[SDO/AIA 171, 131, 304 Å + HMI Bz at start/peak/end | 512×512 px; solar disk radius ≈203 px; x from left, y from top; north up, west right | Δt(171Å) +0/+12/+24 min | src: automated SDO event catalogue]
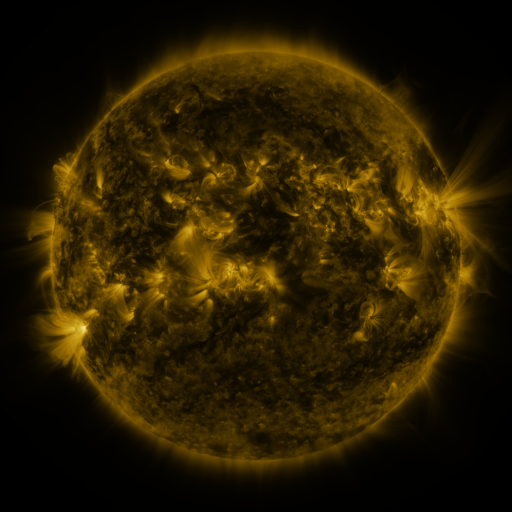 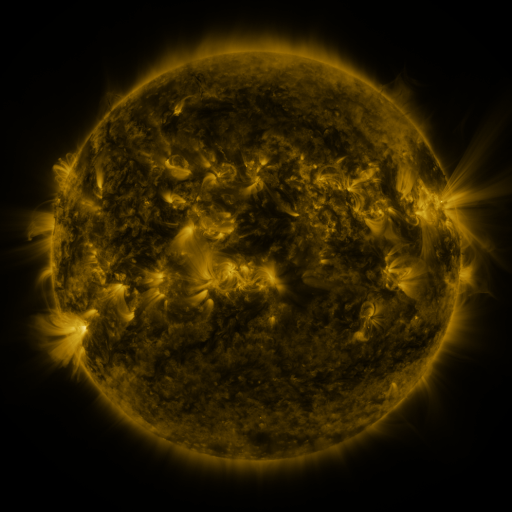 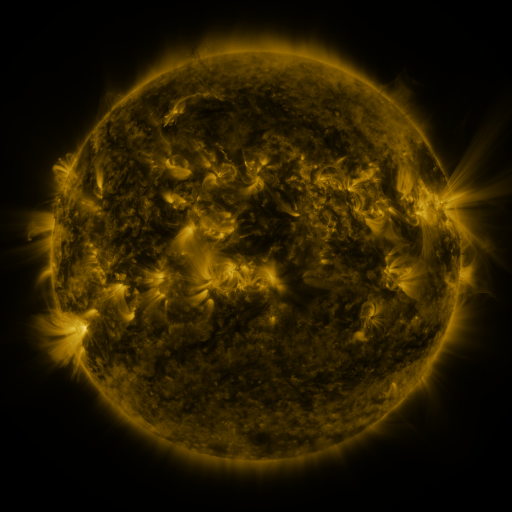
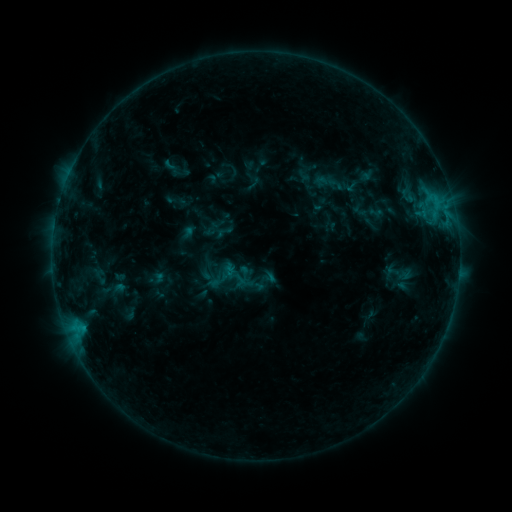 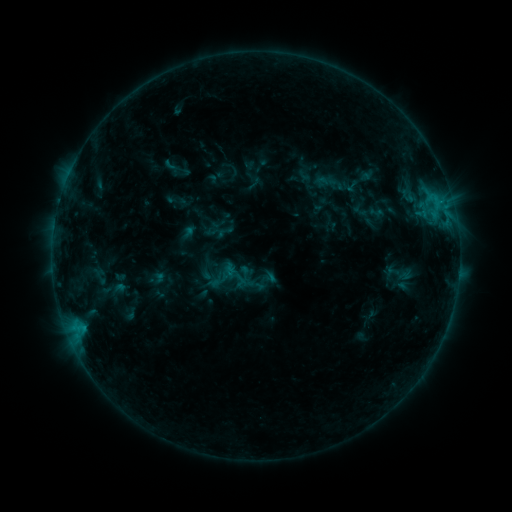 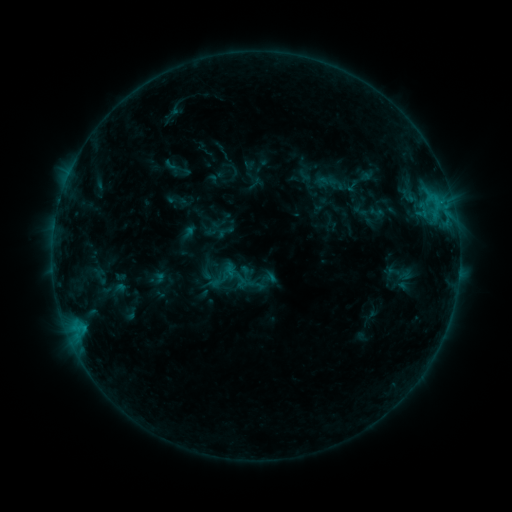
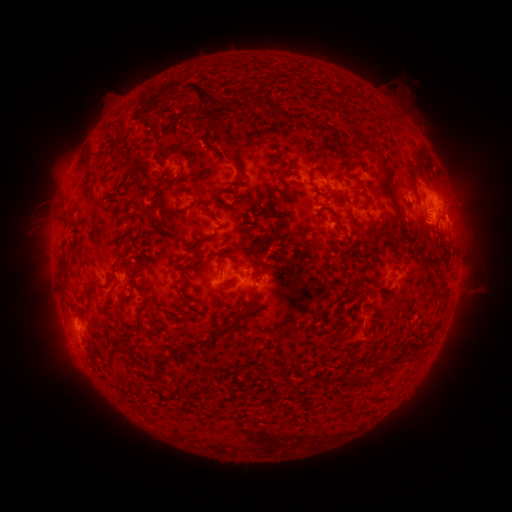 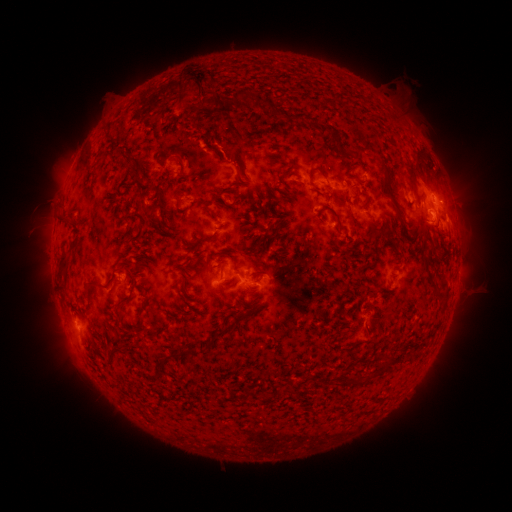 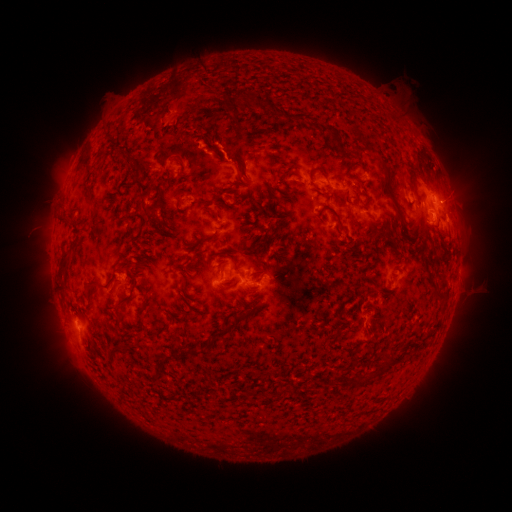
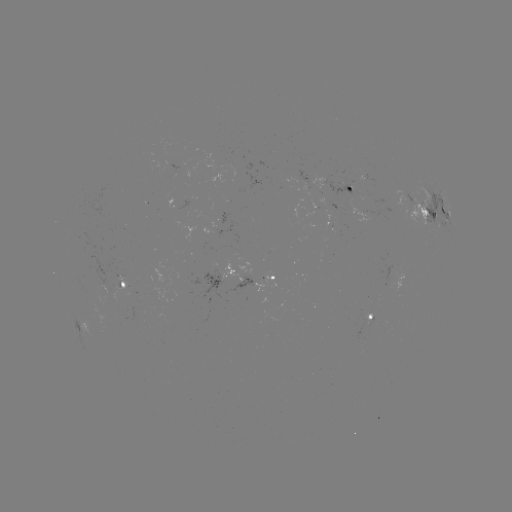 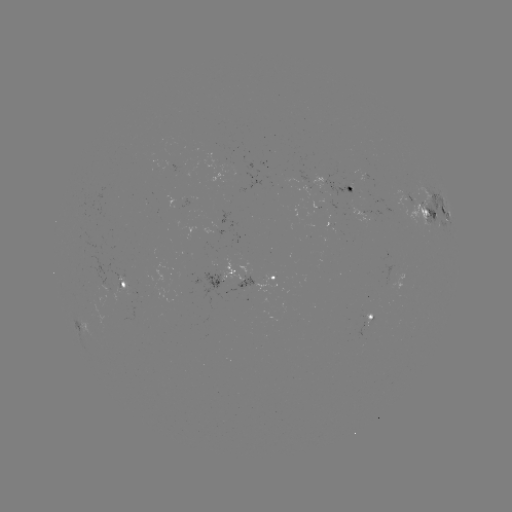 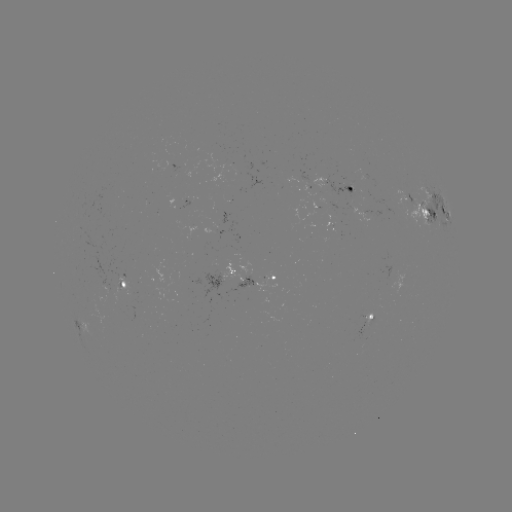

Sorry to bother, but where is eruption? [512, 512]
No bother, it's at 204,85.